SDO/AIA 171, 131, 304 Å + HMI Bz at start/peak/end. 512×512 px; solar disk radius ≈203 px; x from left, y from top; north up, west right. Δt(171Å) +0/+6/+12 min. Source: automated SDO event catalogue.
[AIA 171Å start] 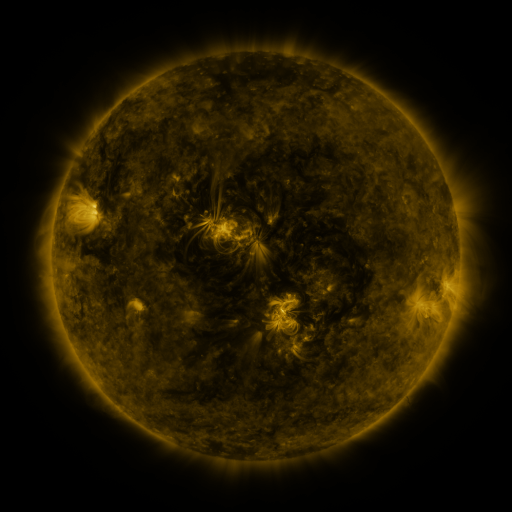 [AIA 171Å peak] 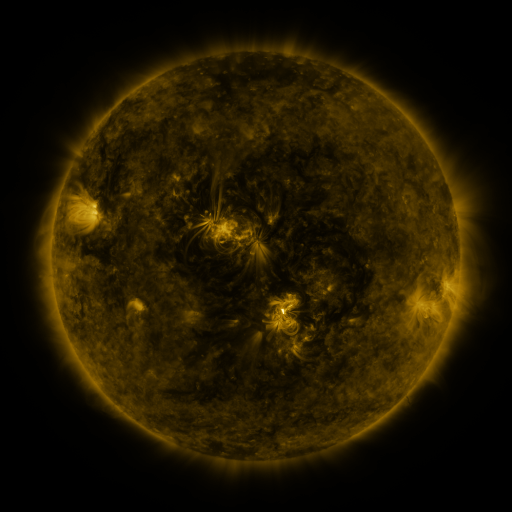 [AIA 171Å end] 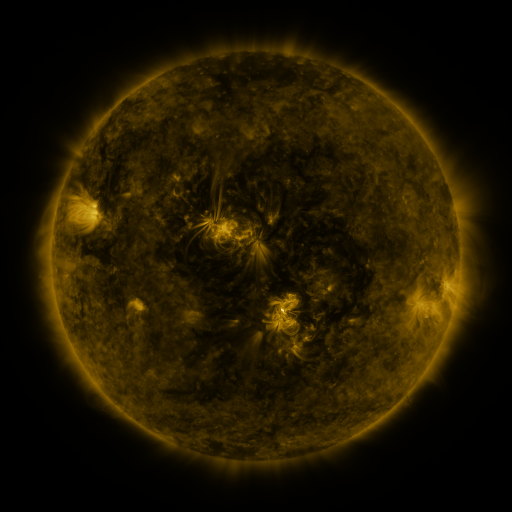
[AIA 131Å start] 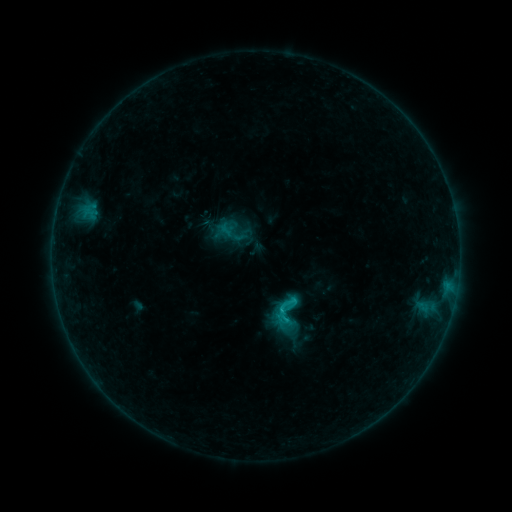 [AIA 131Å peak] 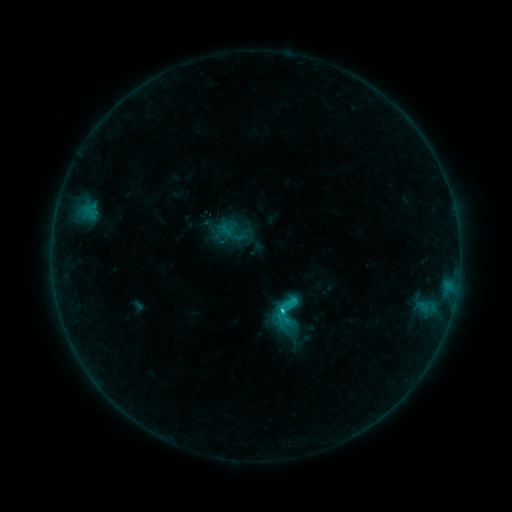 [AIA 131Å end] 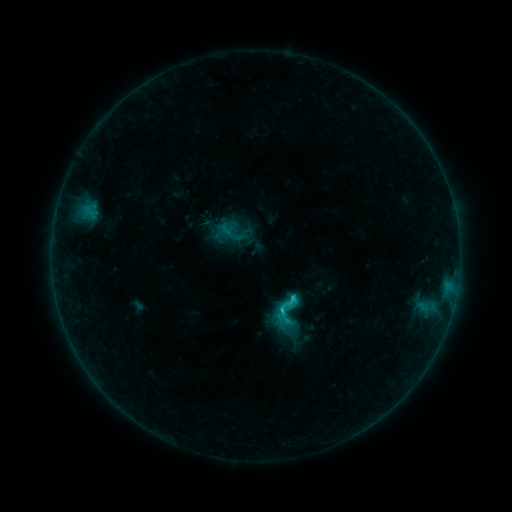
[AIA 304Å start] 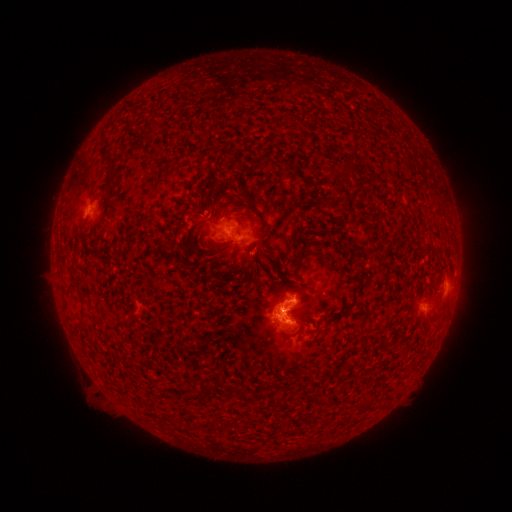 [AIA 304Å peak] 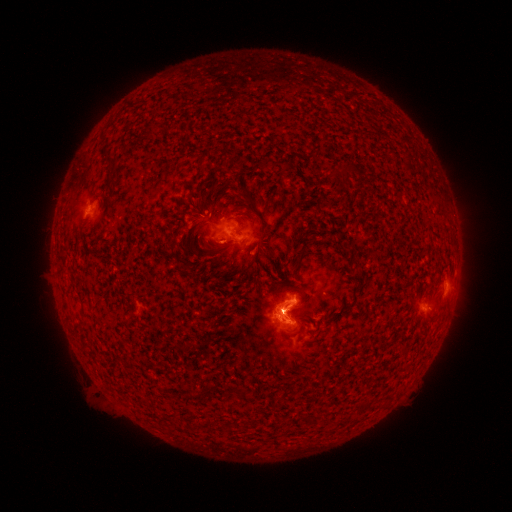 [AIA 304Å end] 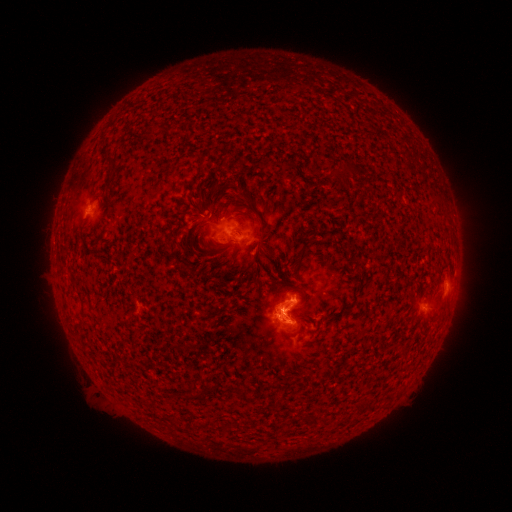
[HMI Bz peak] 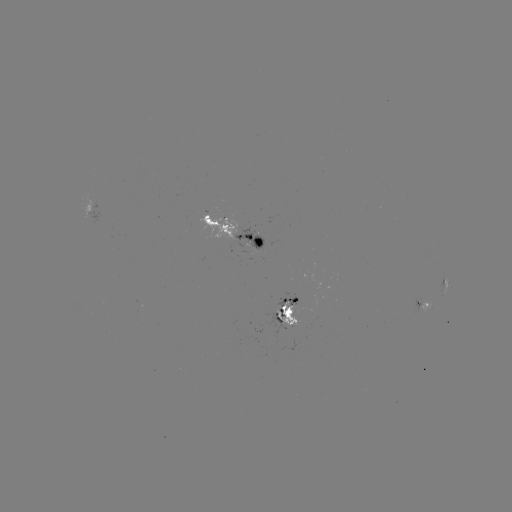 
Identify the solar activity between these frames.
C2.4 flare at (280, 309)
